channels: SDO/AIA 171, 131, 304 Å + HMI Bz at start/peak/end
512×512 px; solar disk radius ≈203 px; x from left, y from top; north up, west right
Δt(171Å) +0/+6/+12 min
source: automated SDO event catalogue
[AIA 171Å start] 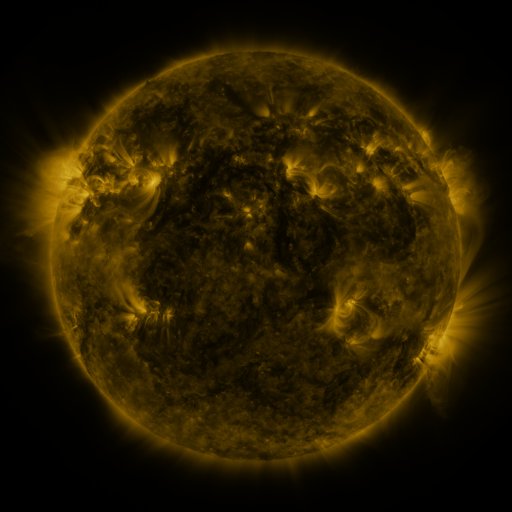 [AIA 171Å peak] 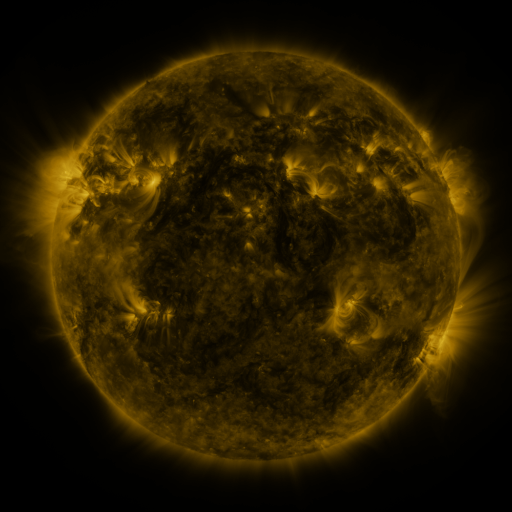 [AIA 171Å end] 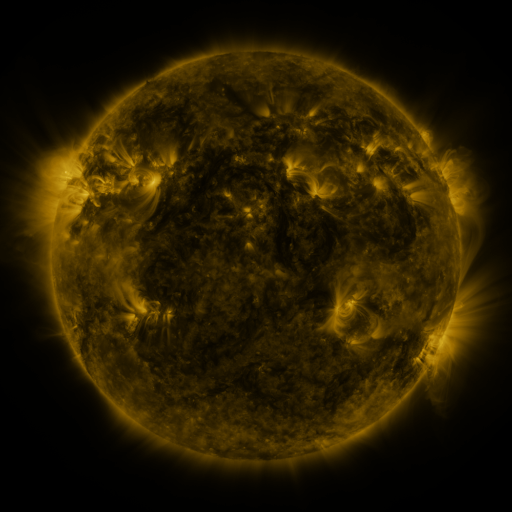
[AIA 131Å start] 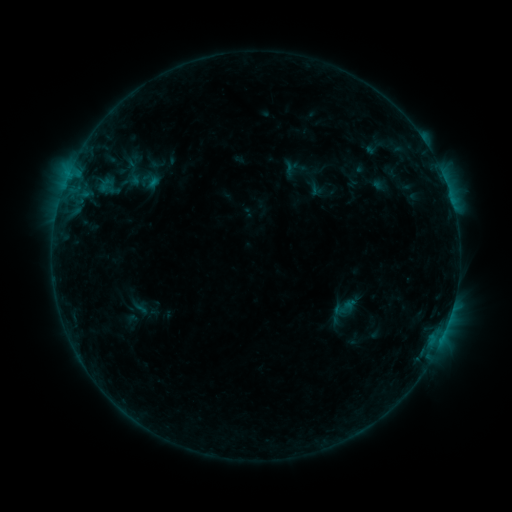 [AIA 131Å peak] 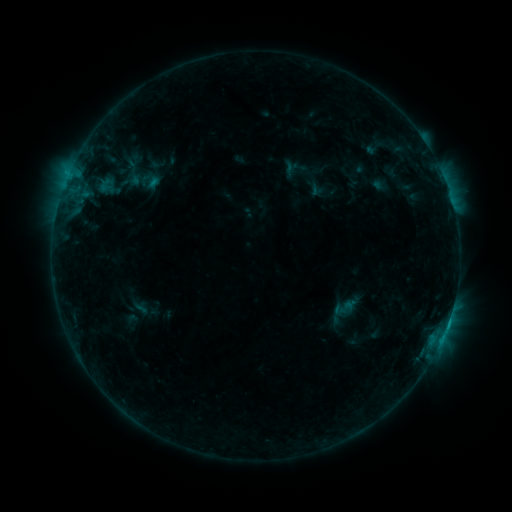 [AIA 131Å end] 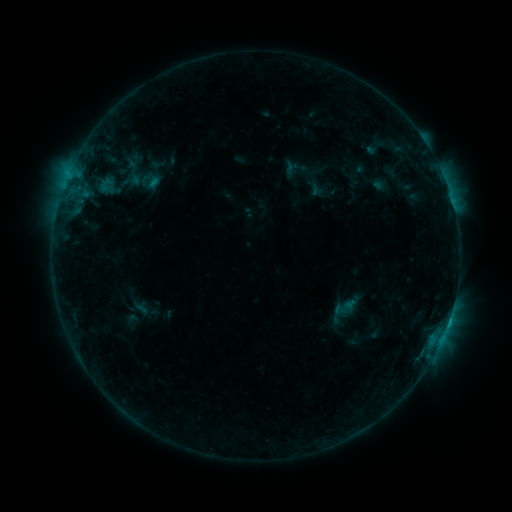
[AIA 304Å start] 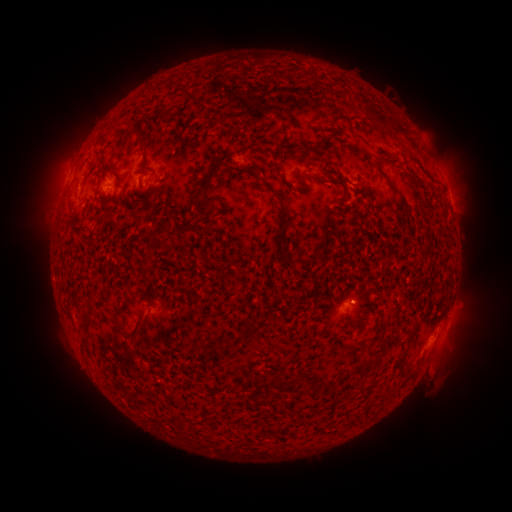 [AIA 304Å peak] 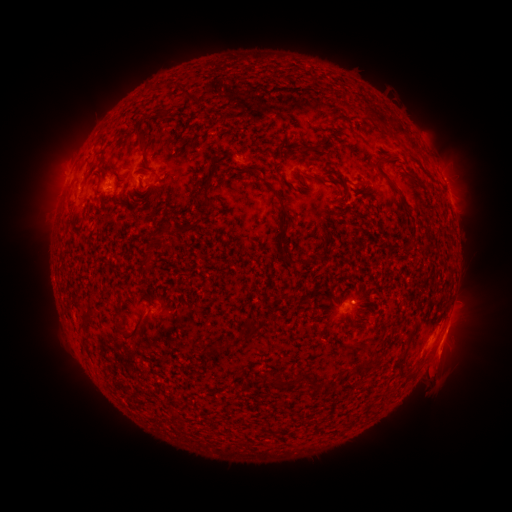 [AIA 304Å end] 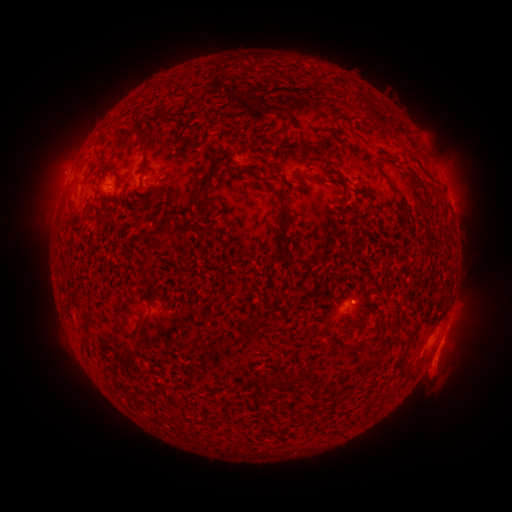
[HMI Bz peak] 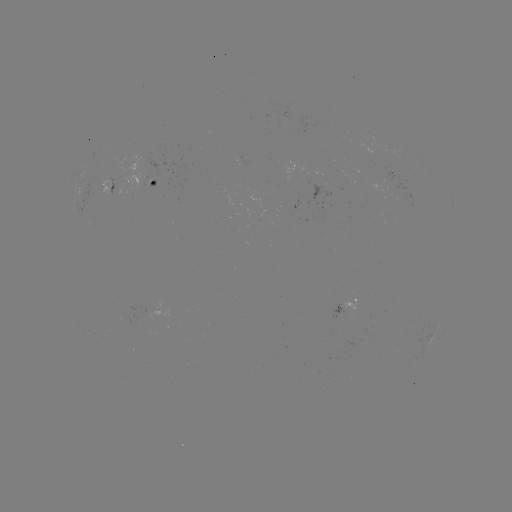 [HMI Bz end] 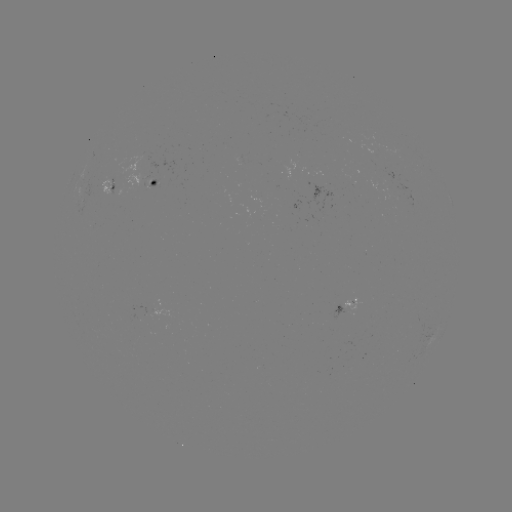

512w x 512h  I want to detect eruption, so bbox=[414, 316, 481, 388].